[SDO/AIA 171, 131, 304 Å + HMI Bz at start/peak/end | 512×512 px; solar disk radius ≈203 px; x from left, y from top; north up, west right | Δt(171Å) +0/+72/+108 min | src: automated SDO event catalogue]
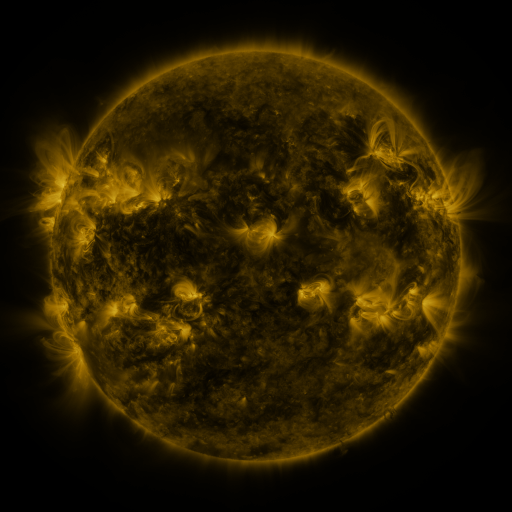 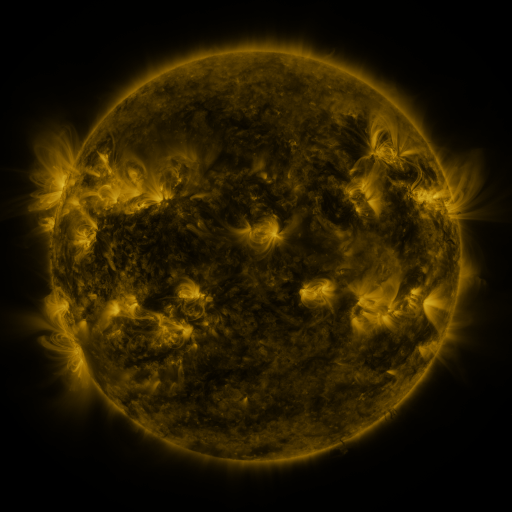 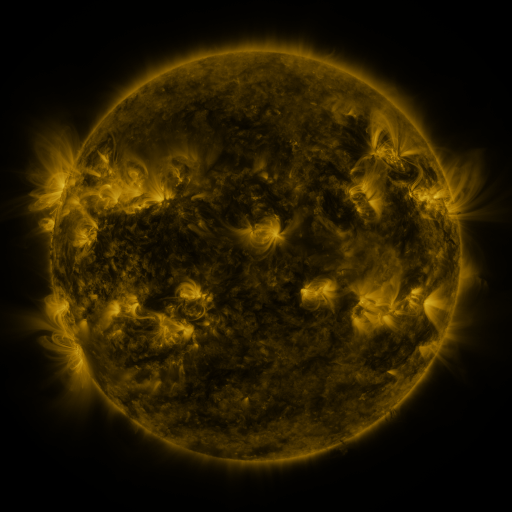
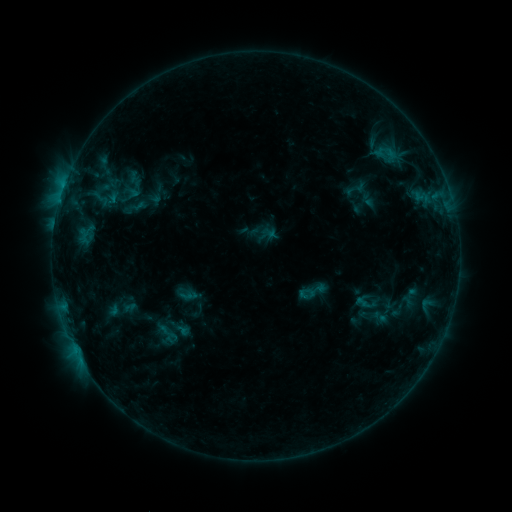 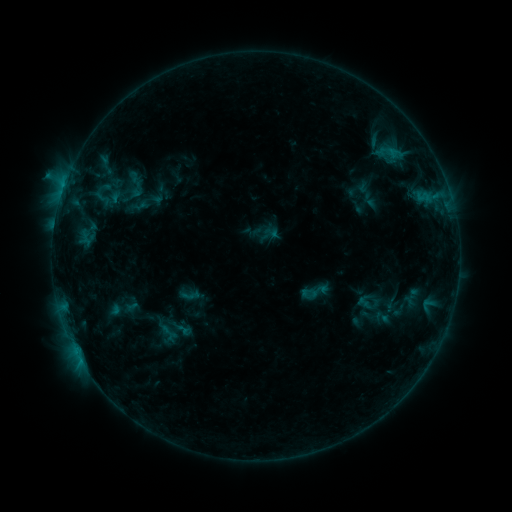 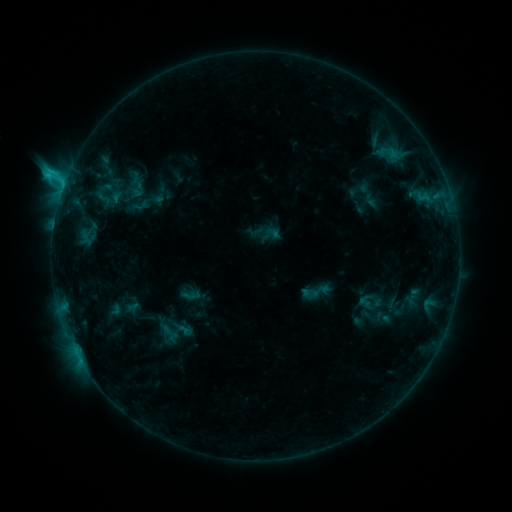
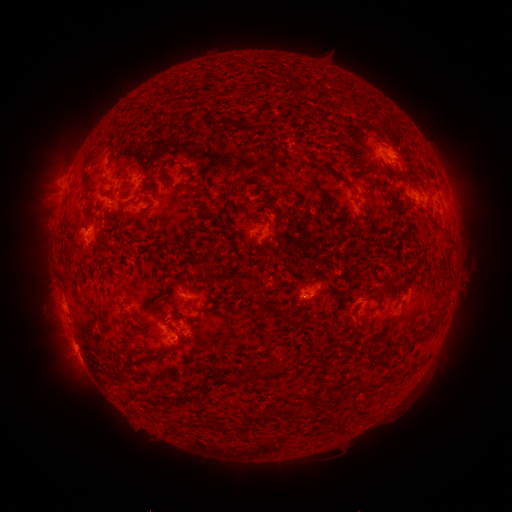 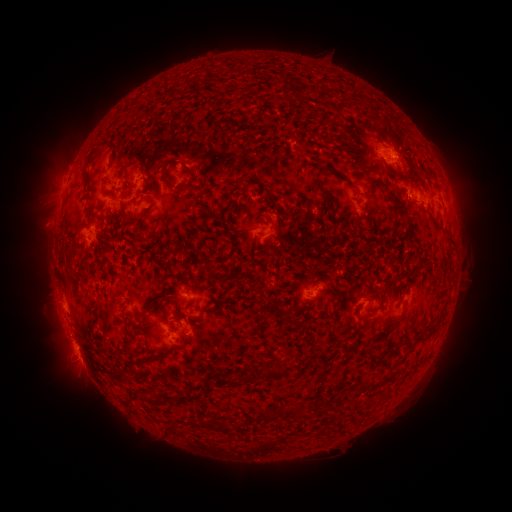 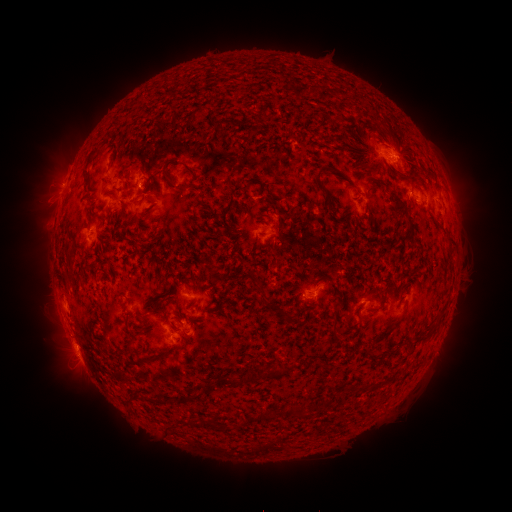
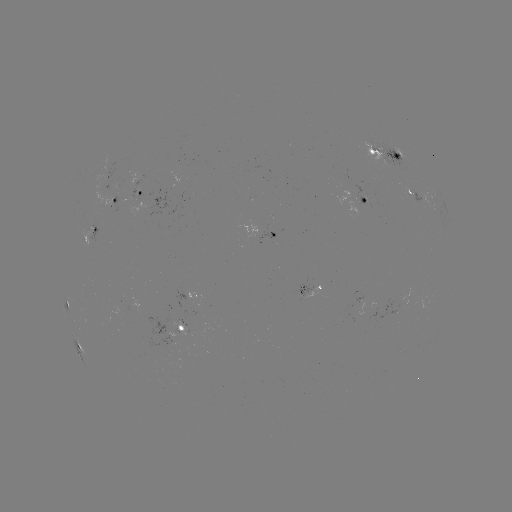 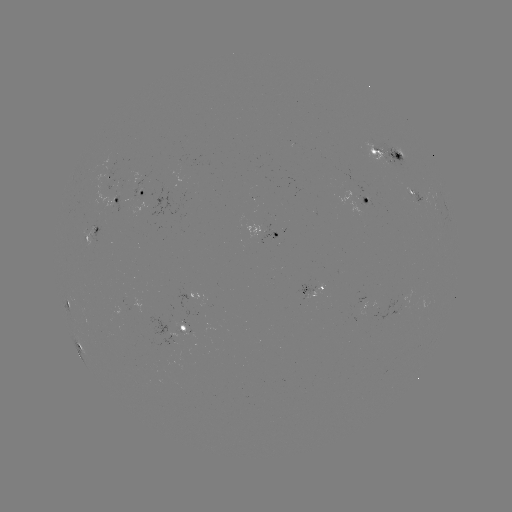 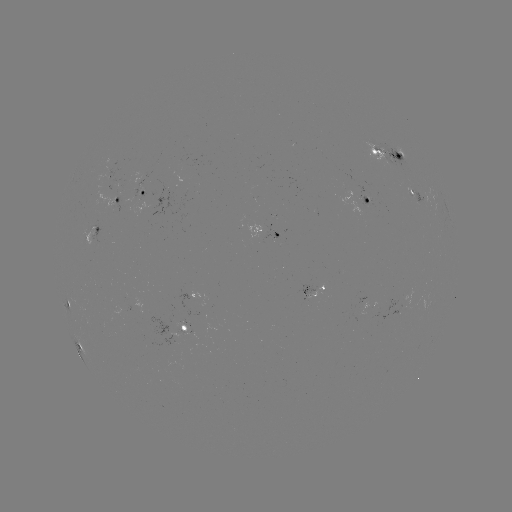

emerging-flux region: [136, 318, 188, 358]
